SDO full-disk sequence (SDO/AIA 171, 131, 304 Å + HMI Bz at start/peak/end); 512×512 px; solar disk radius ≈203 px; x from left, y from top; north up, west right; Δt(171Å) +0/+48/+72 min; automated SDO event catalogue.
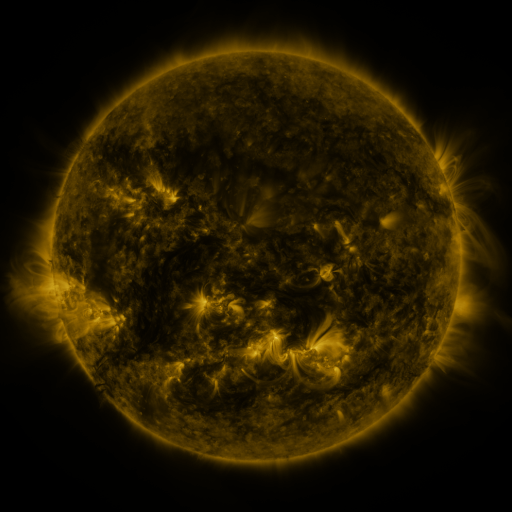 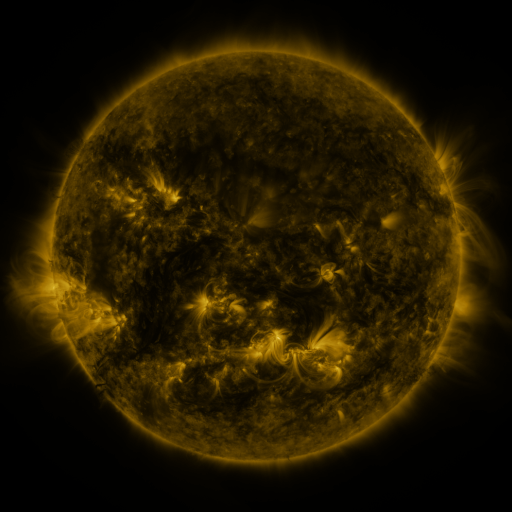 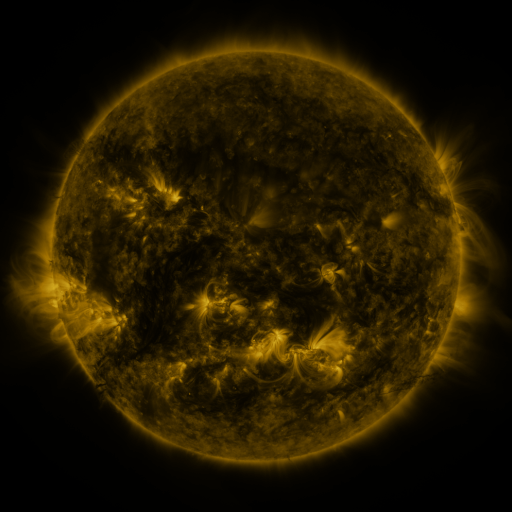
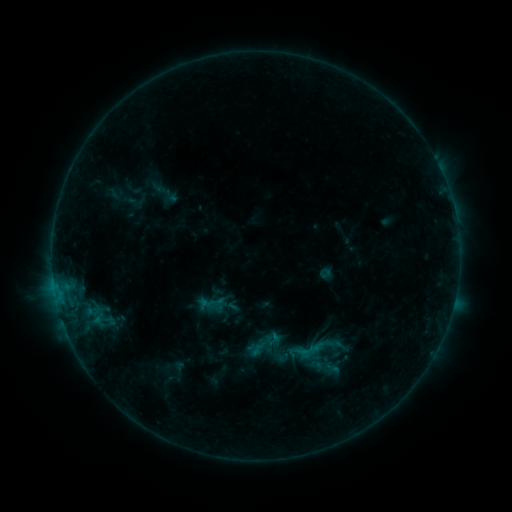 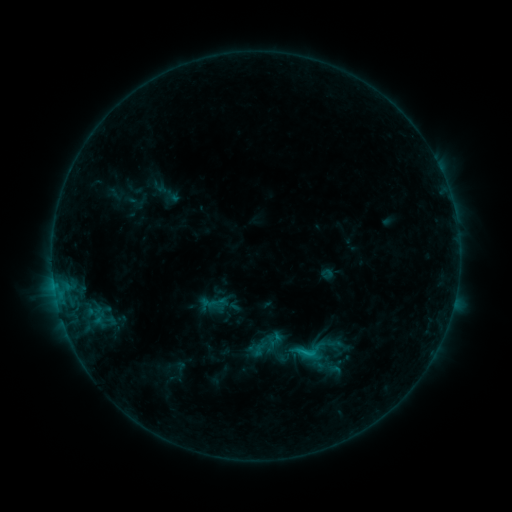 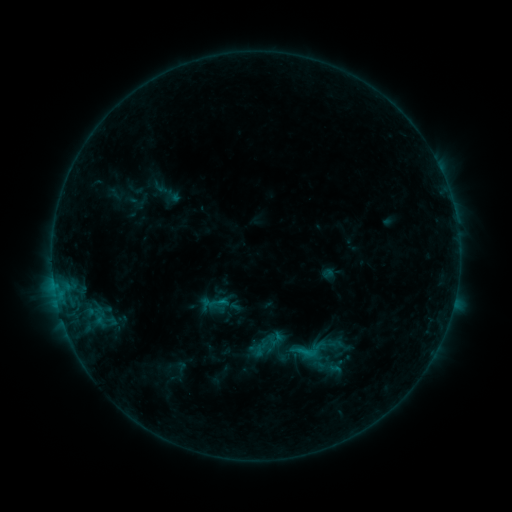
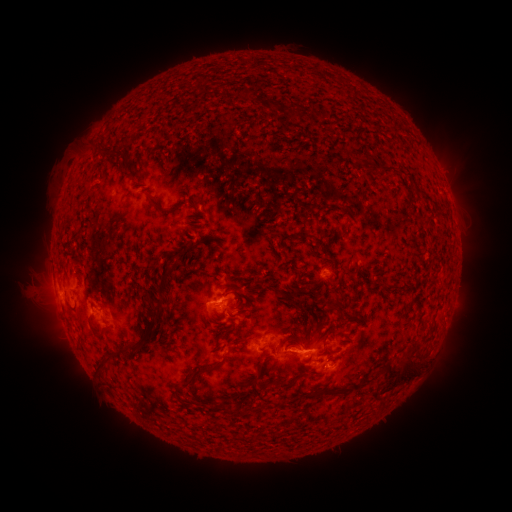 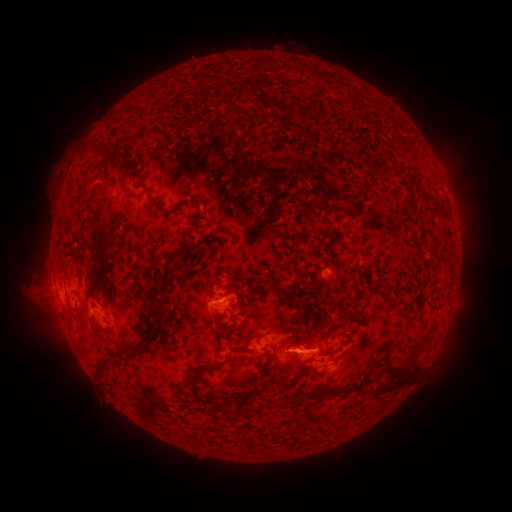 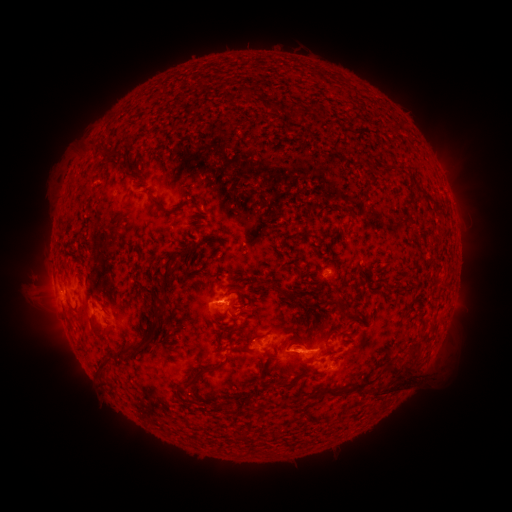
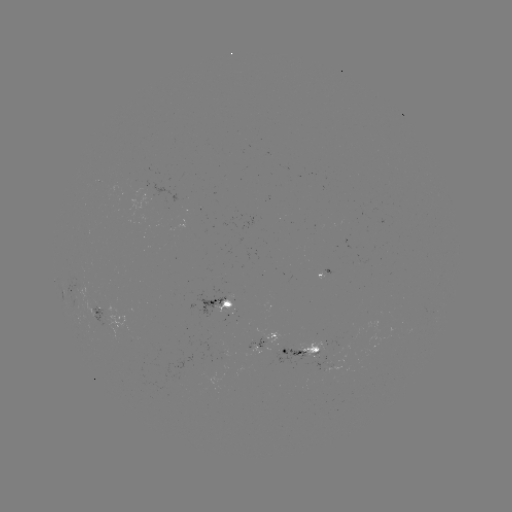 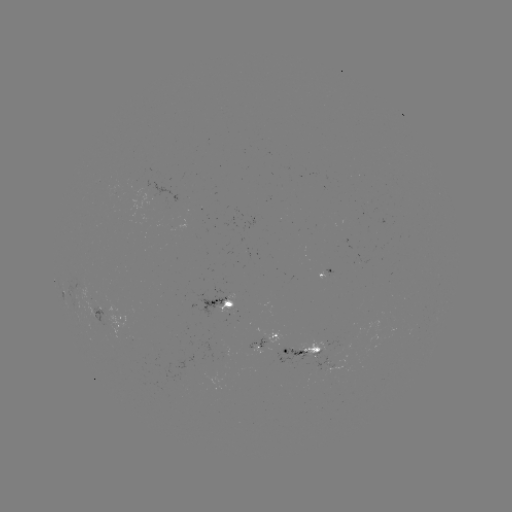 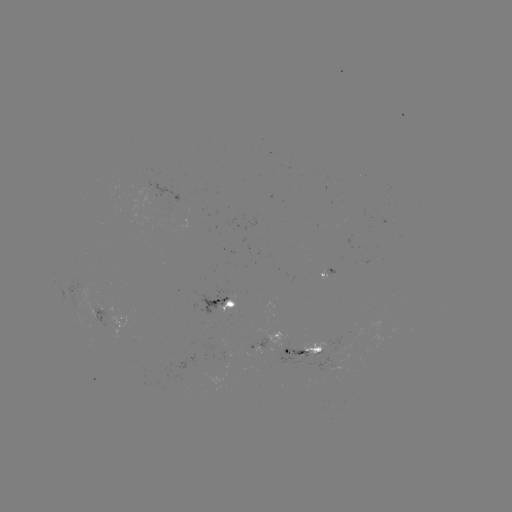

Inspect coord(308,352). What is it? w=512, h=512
C1.0 flare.